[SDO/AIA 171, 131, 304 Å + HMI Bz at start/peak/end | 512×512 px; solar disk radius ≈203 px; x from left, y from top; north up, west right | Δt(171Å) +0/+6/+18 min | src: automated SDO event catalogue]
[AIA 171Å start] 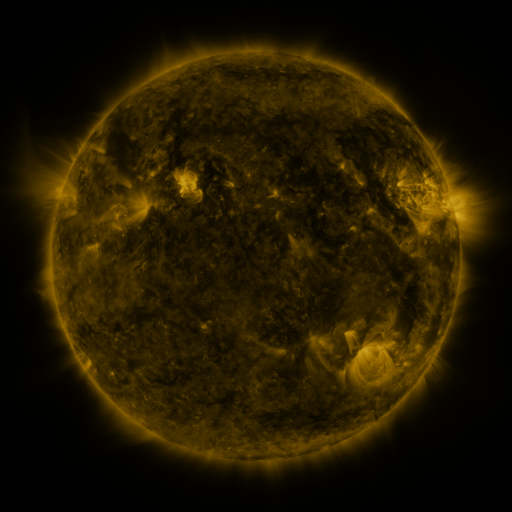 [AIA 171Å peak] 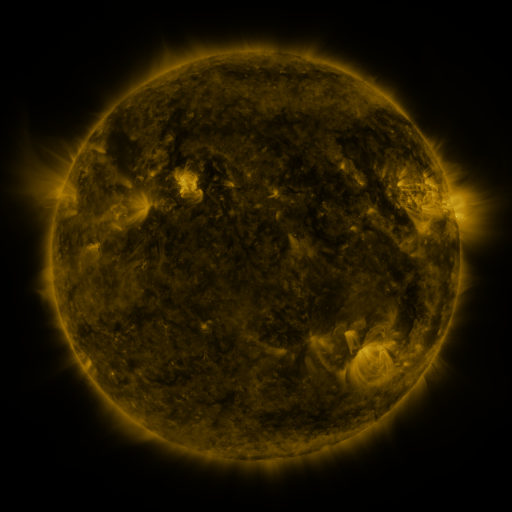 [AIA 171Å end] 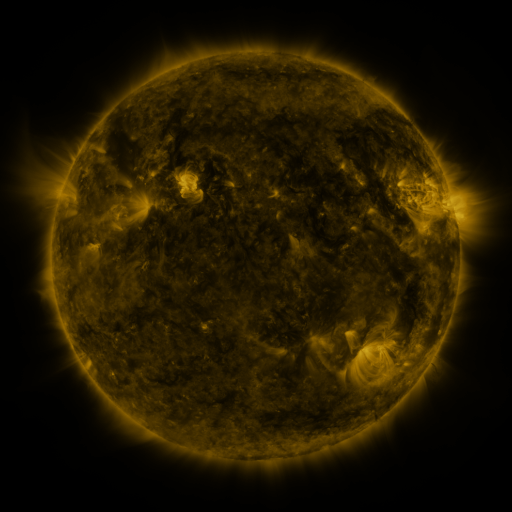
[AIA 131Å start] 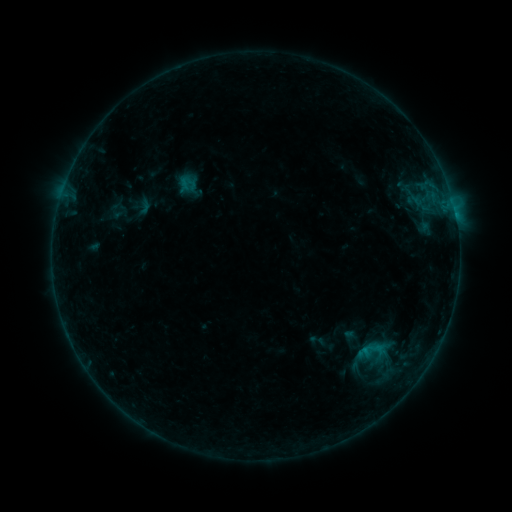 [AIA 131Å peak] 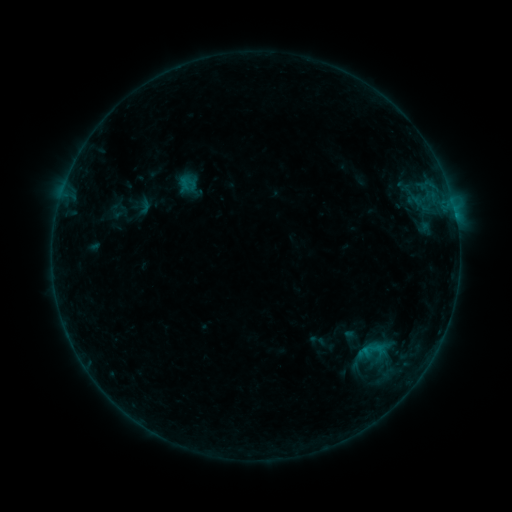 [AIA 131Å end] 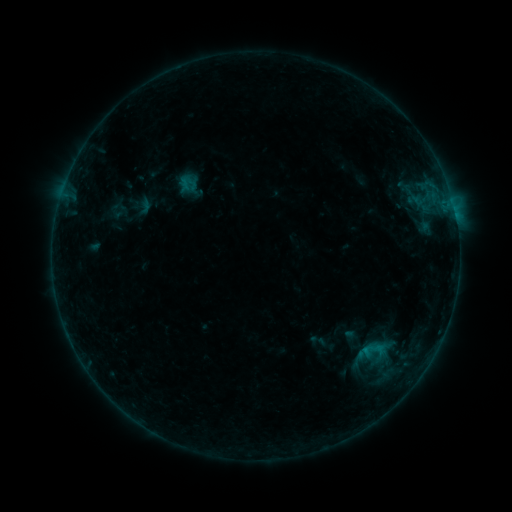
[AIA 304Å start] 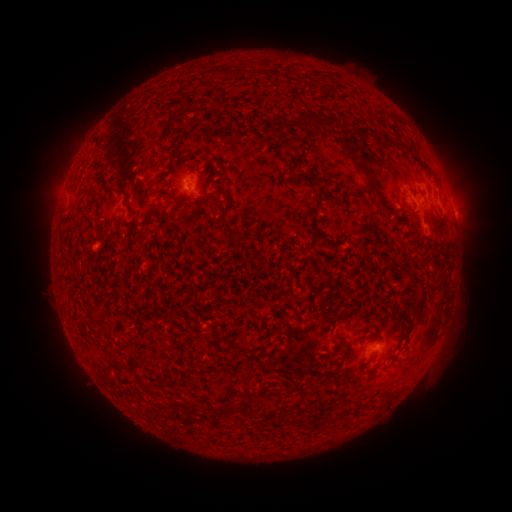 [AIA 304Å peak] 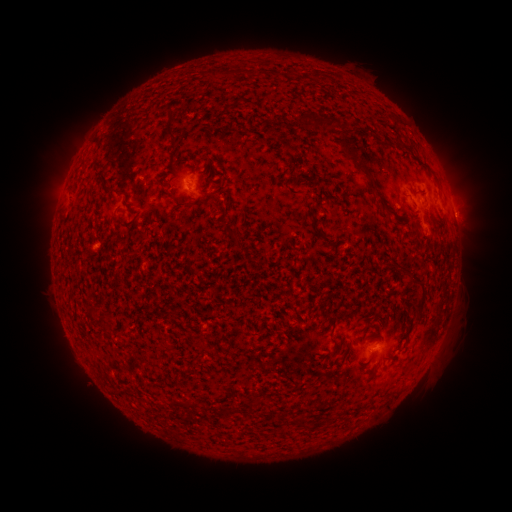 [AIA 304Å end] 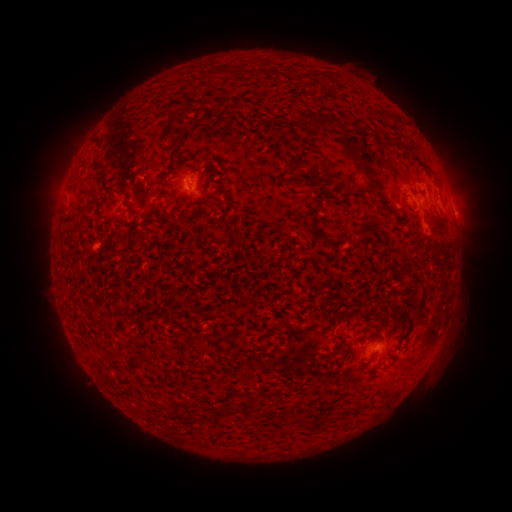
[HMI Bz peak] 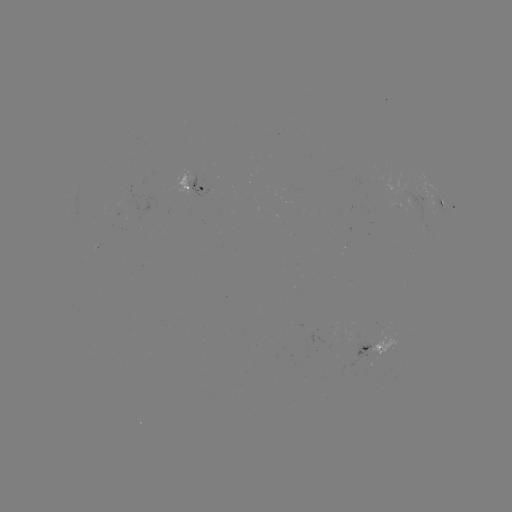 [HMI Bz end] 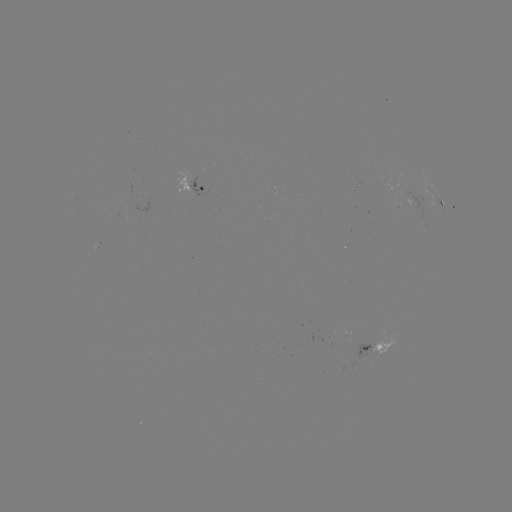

no flare in any classed list; no EUV-trigger detection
